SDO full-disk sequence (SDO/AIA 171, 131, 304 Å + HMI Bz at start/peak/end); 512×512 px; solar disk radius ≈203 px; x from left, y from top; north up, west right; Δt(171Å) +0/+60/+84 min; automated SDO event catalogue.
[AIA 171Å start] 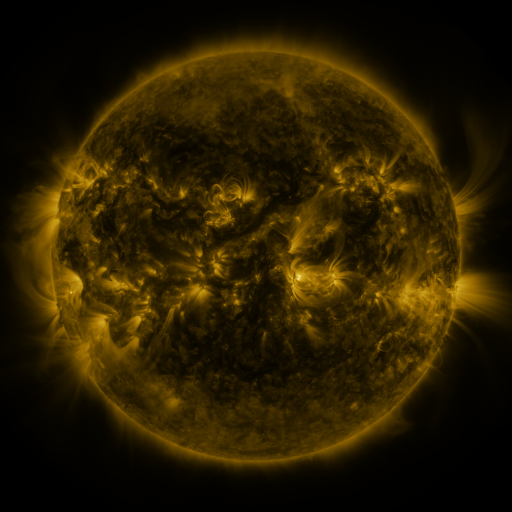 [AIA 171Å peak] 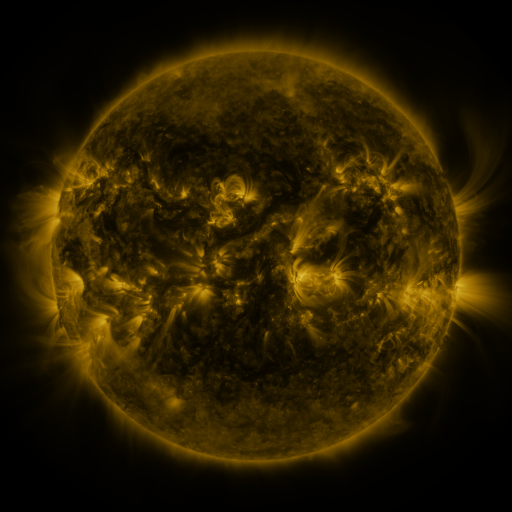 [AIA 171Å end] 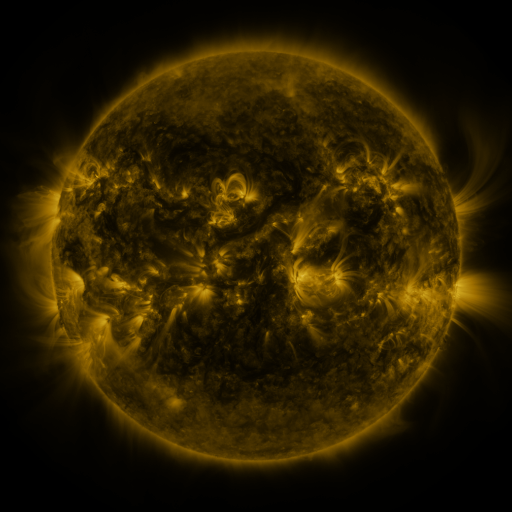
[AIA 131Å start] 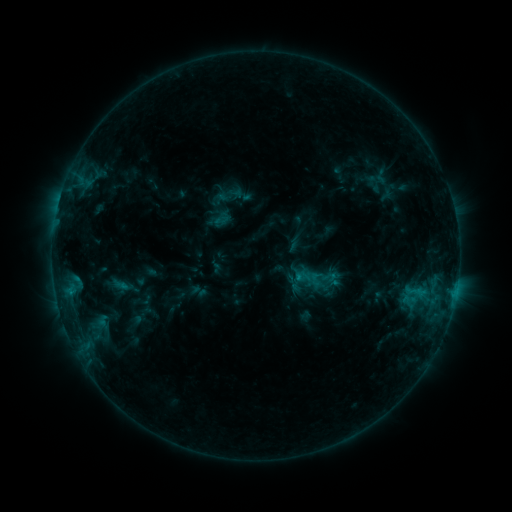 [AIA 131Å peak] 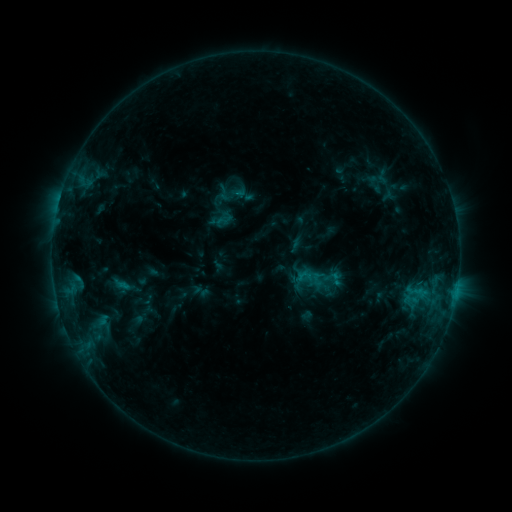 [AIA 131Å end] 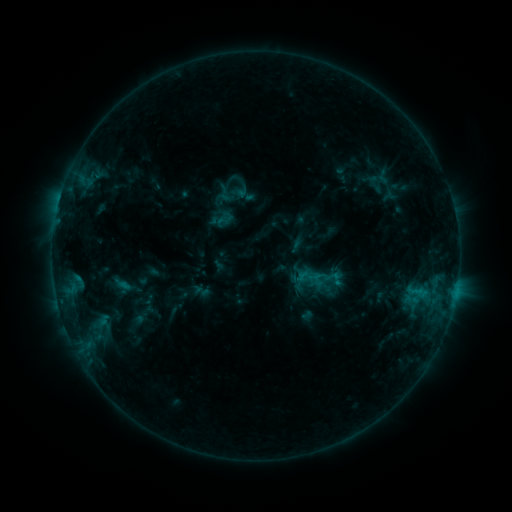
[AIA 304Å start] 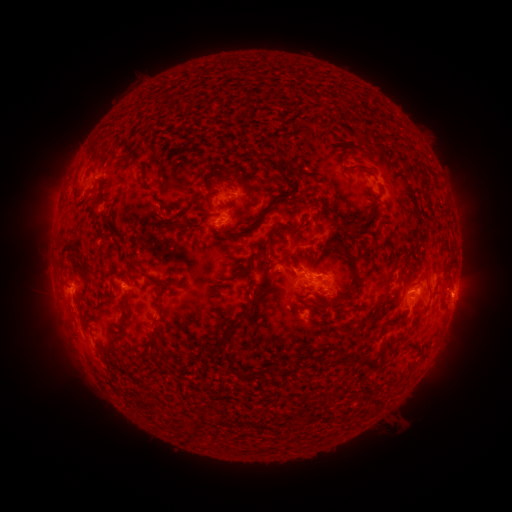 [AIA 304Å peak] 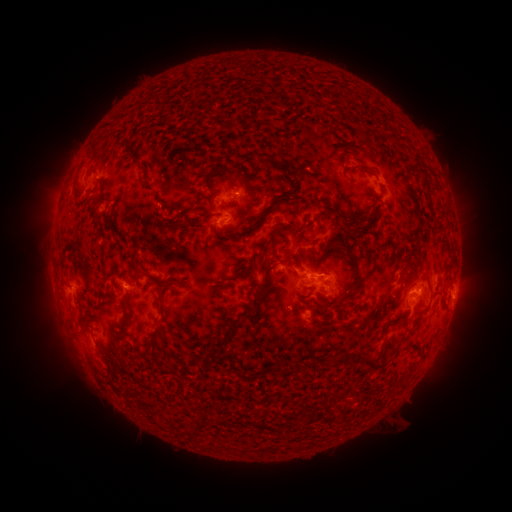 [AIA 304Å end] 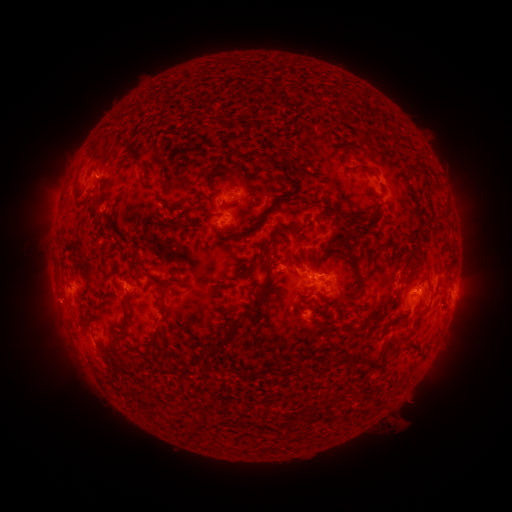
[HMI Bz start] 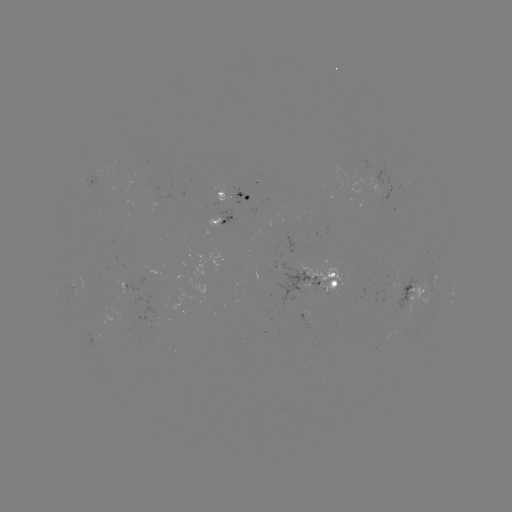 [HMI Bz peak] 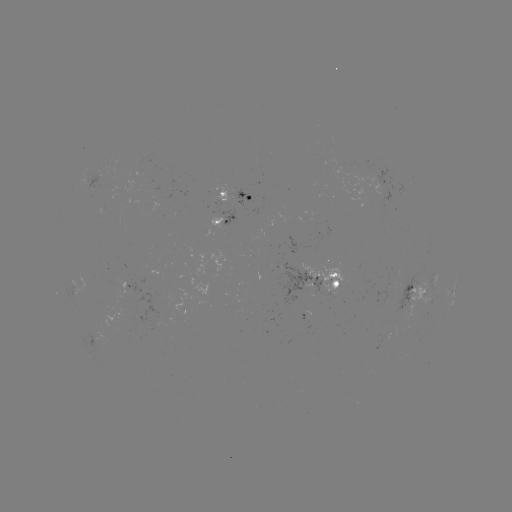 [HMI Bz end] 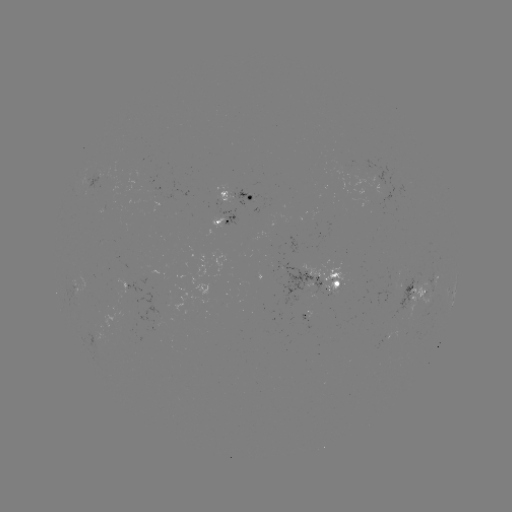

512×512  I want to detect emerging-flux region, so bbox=[298, 260, 343, 298].